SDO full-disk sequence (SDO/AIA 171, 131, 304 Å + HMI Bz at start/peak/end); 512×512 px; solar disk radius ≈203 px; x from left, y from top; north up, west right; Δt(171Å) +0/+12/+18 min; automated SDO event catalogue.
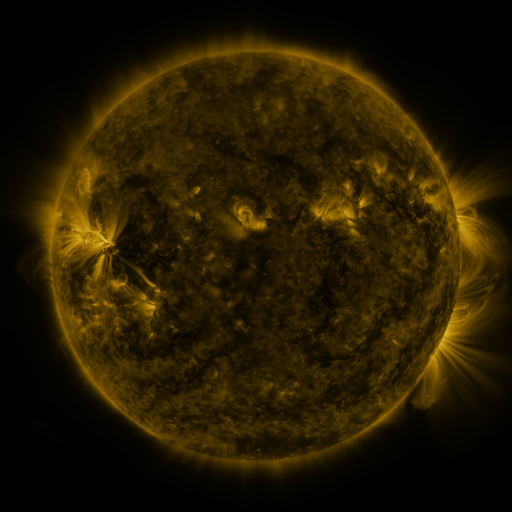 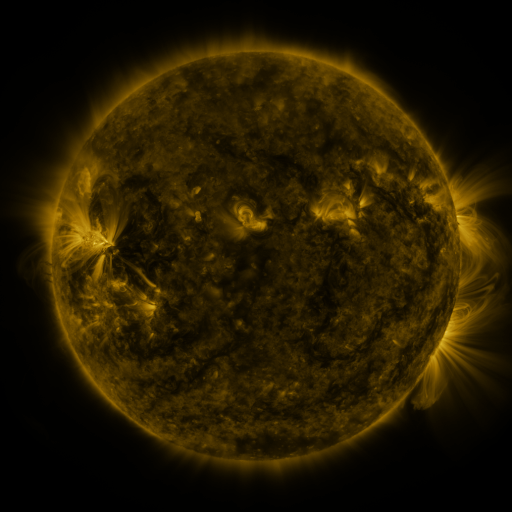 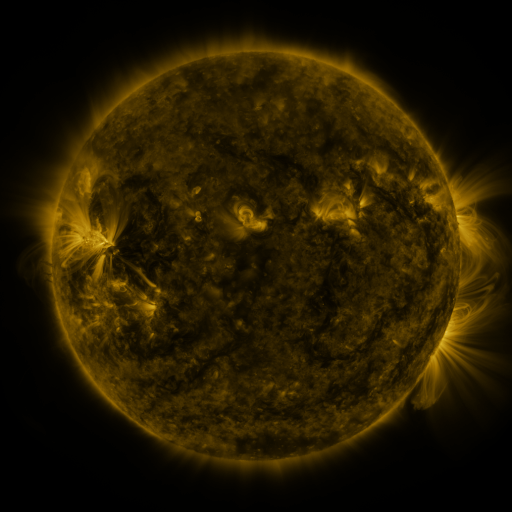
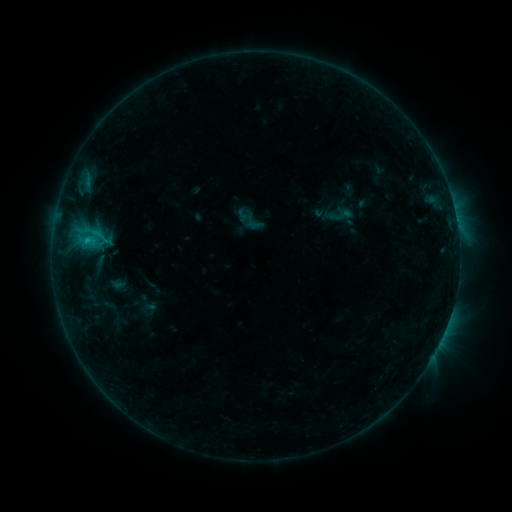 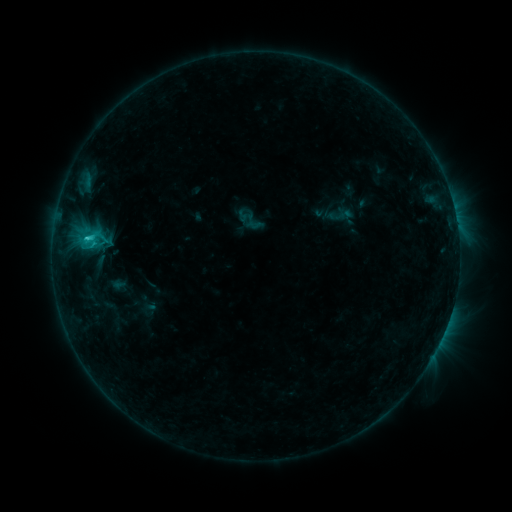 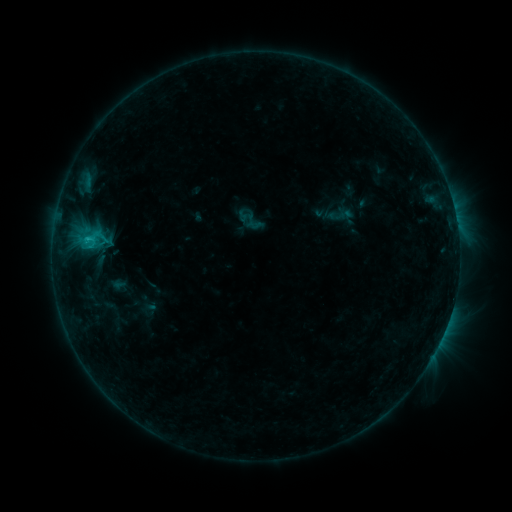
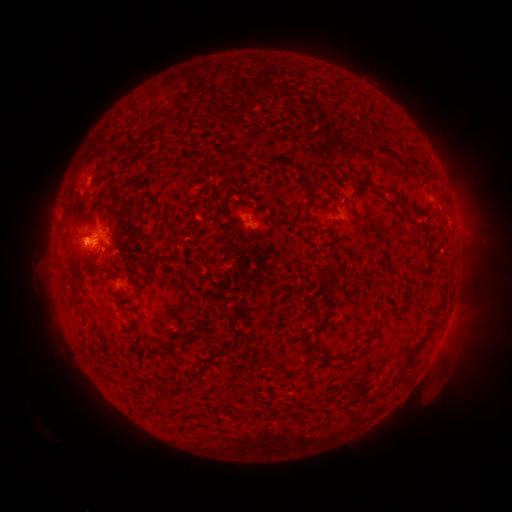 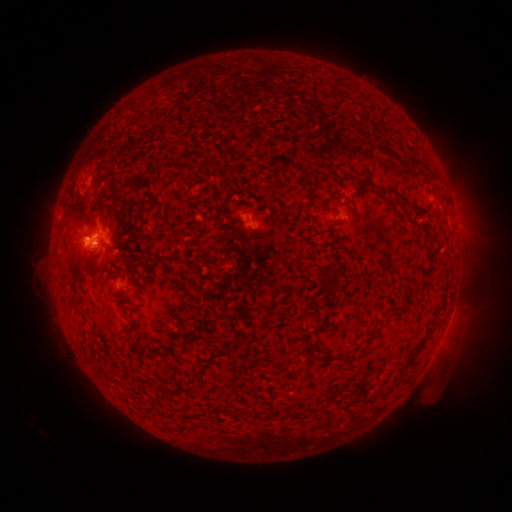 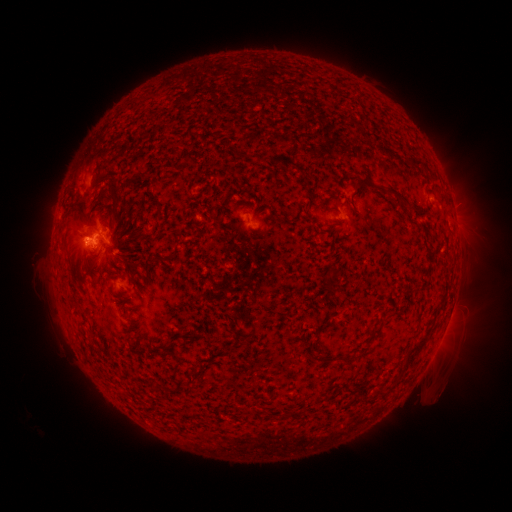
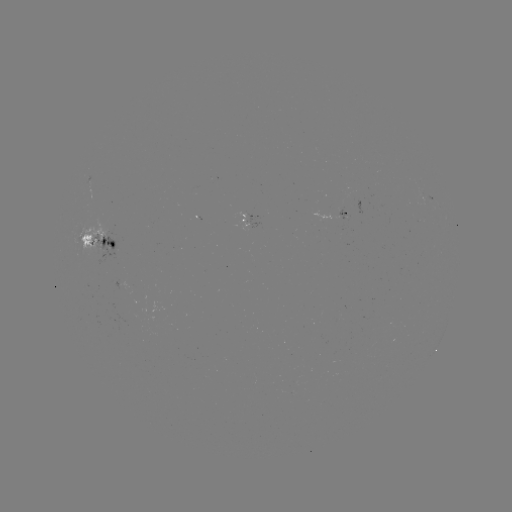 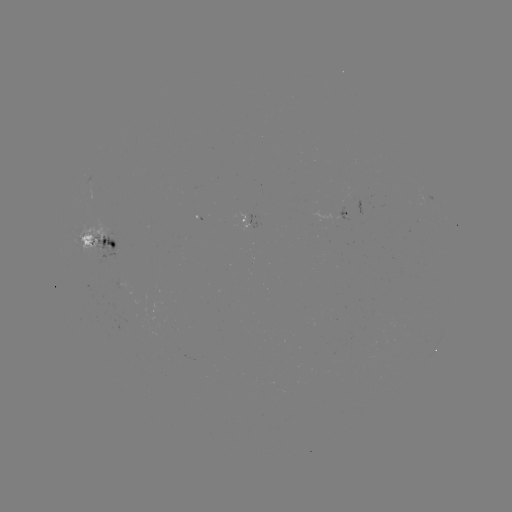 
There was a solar flare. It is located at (88, 240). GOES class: C1.5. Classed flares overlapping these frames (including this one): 1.